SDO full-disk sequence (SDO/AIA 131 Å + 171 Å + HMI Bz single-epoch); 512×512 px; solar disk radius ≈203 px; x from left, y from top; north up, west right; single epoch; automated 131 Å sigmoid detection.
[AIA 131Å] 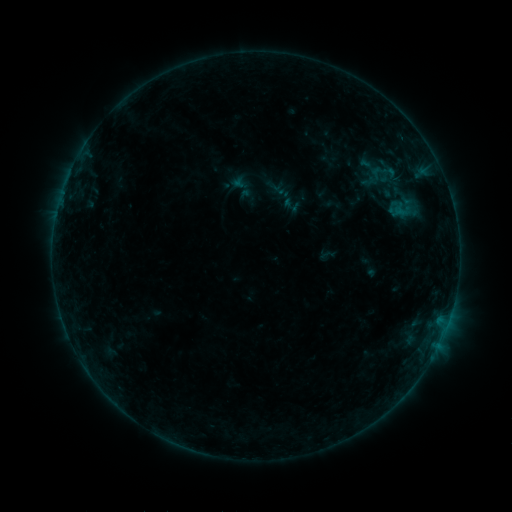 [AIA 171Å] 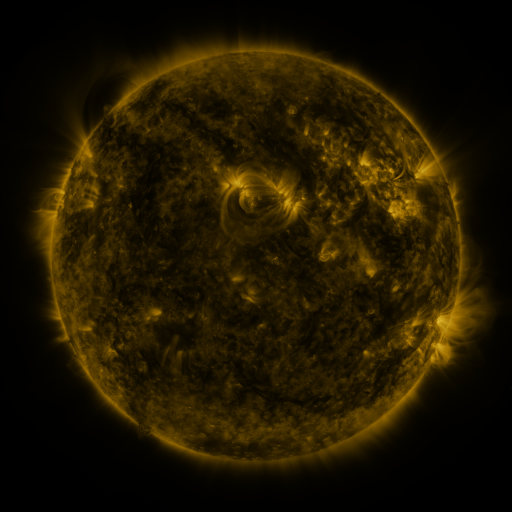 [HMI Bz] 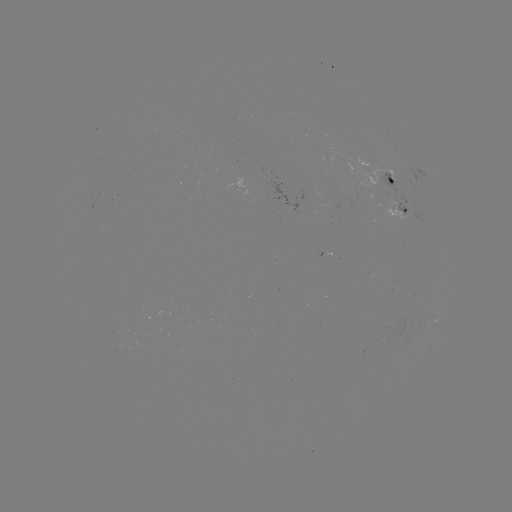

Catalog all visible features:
sigmoid: (389, 172)
